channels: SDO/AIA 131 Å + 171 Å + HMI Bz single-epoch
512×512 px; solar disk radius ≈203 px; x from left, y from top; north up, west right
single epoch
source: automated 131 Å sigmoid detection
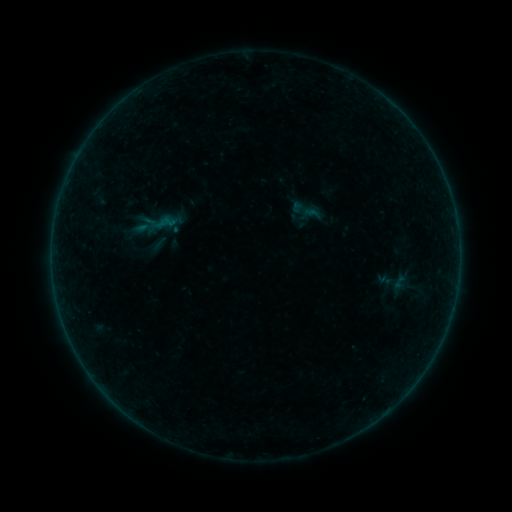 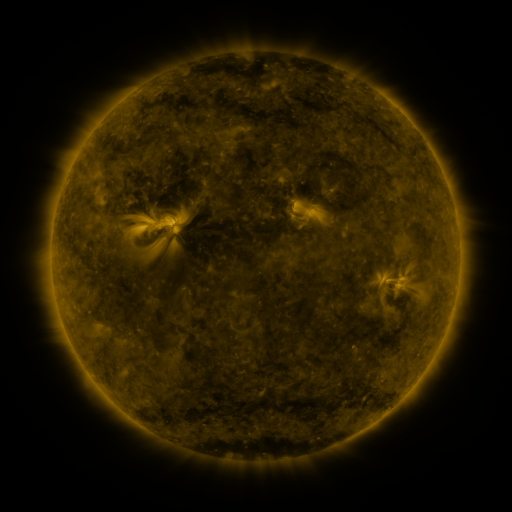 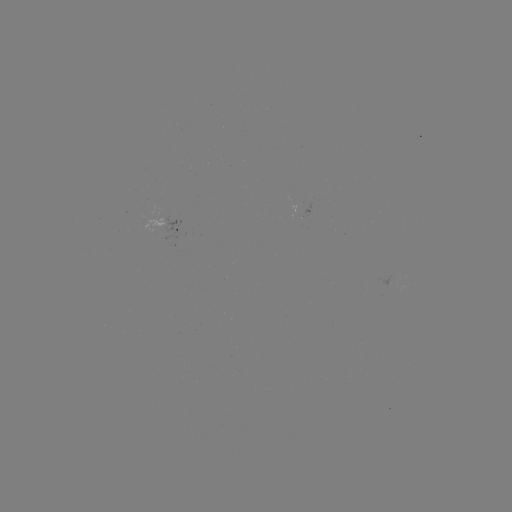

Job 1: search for sigmoid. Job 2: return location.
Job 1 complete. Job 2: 399,282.